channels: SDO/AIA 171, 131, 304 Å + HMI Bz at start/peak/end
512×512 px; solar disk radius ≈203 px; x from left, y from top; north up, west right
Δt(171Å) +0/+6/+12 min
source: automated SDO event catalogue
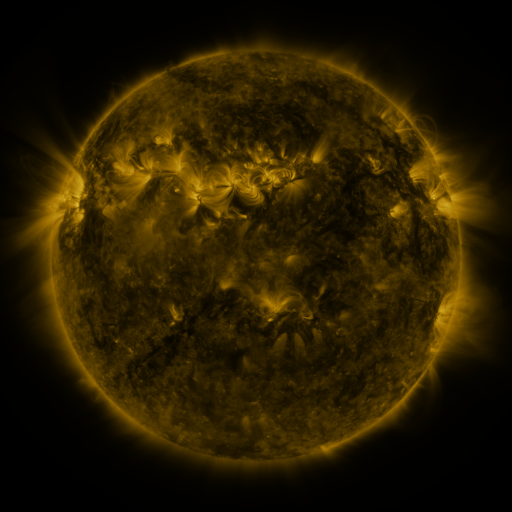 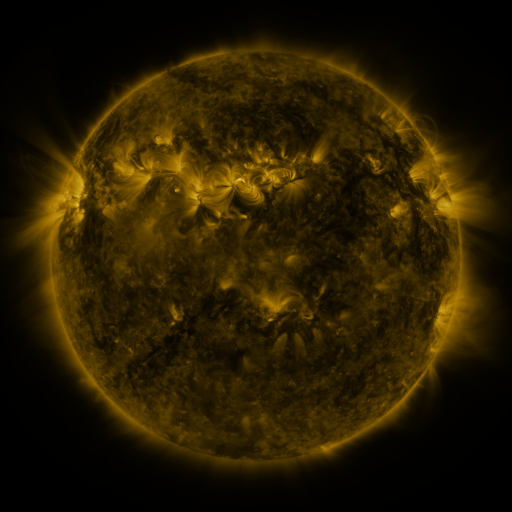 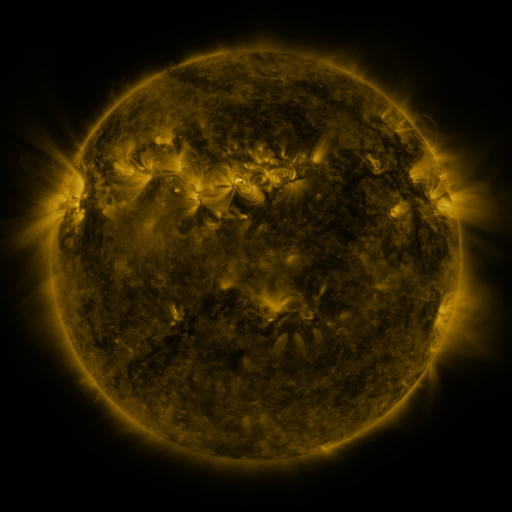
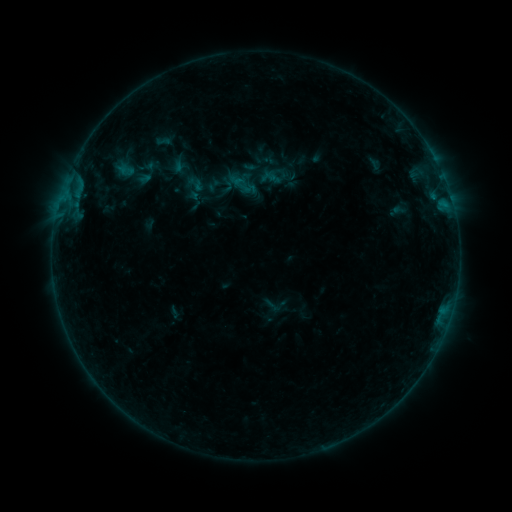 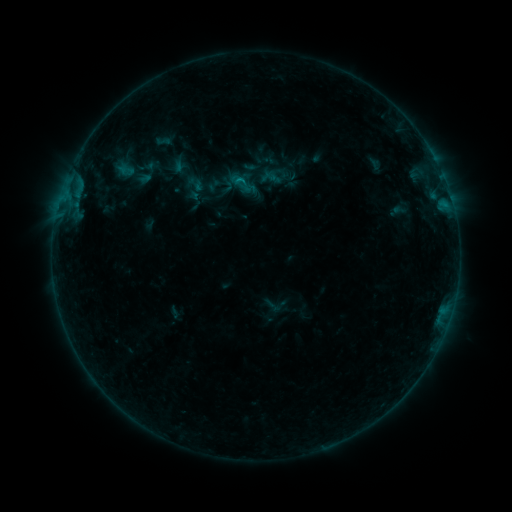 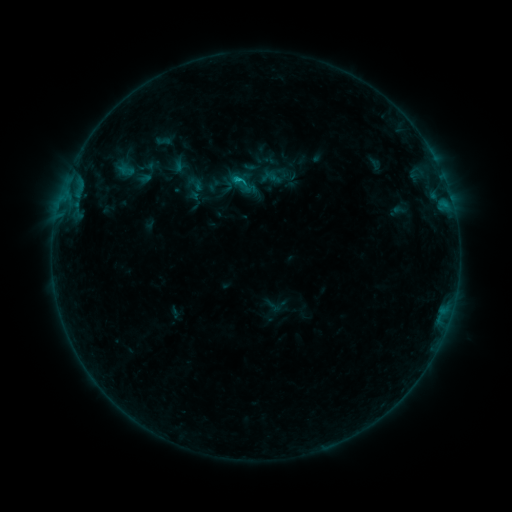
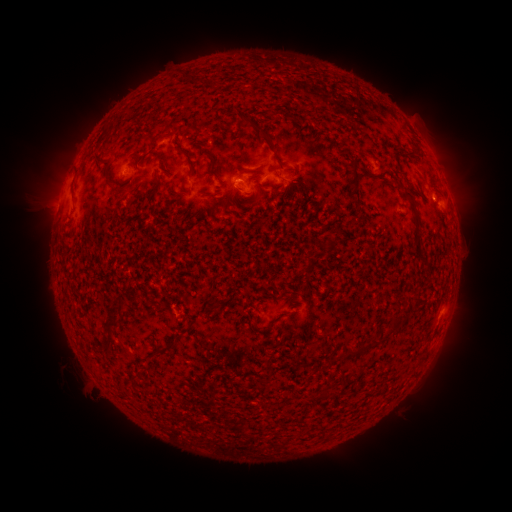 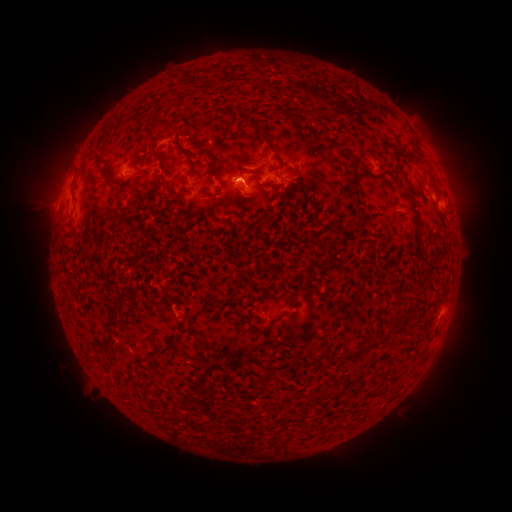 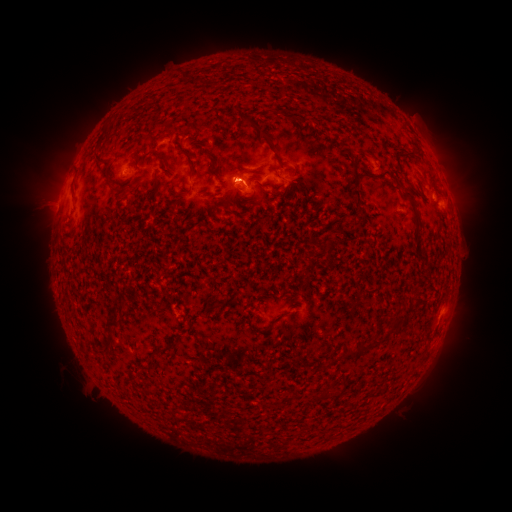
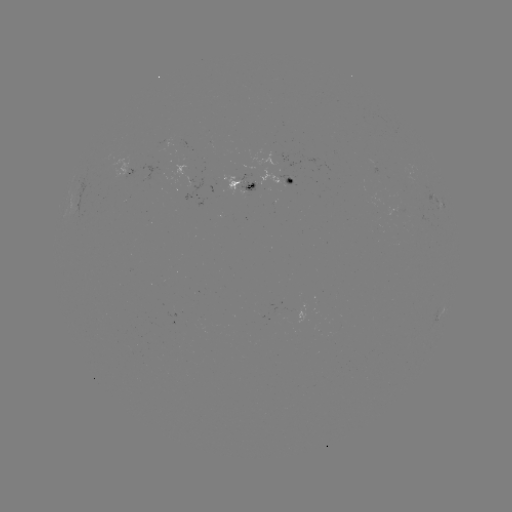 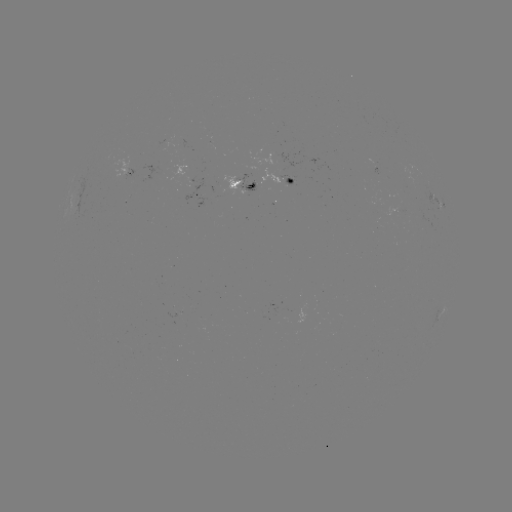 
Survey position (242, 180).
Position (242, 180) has B2.9 flare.